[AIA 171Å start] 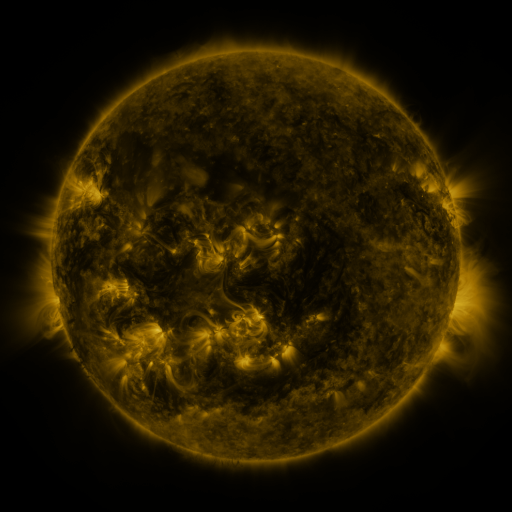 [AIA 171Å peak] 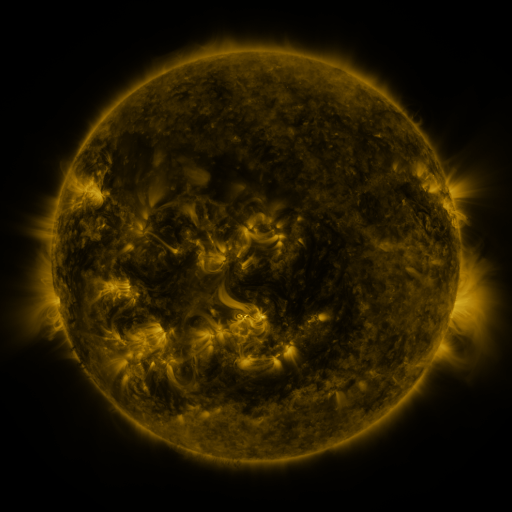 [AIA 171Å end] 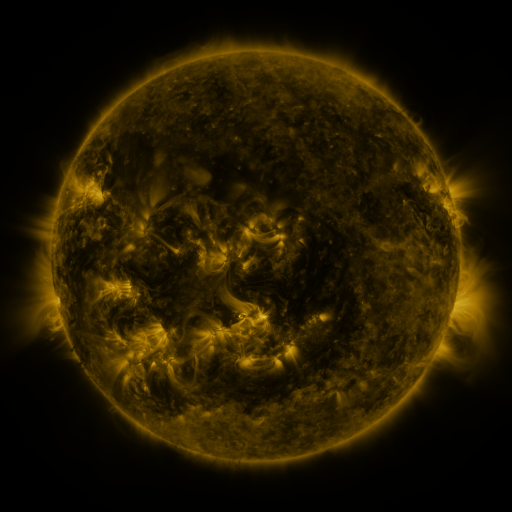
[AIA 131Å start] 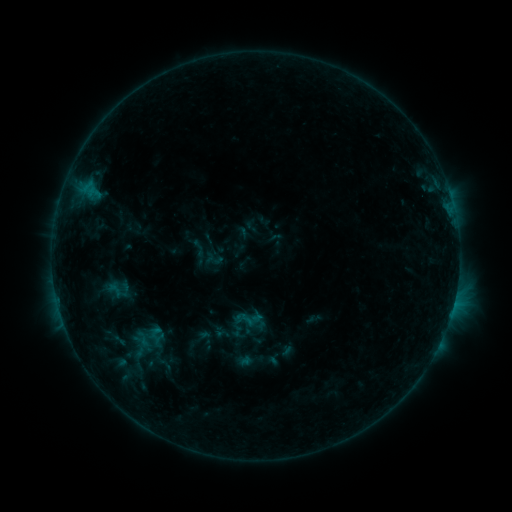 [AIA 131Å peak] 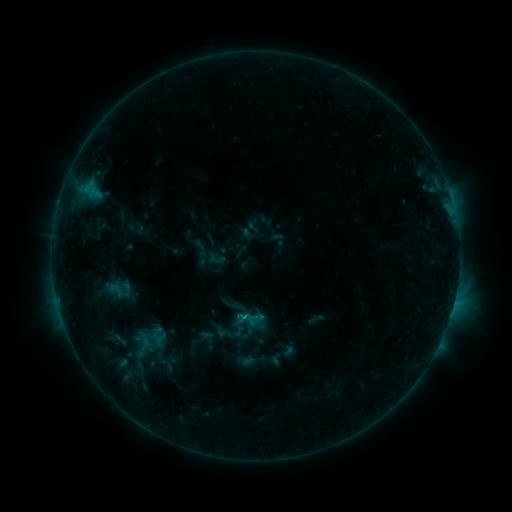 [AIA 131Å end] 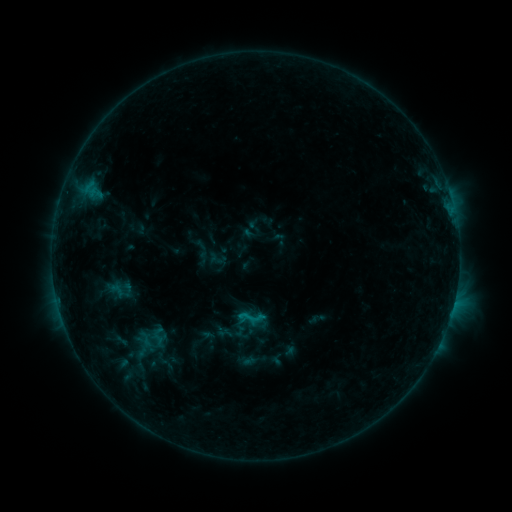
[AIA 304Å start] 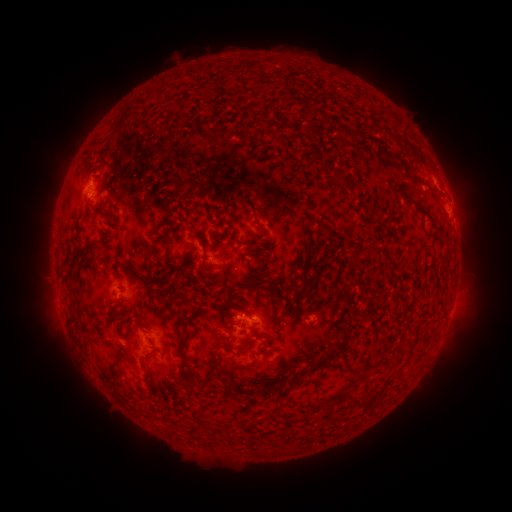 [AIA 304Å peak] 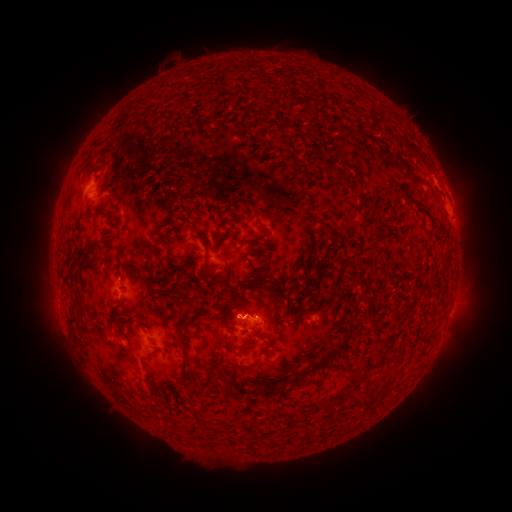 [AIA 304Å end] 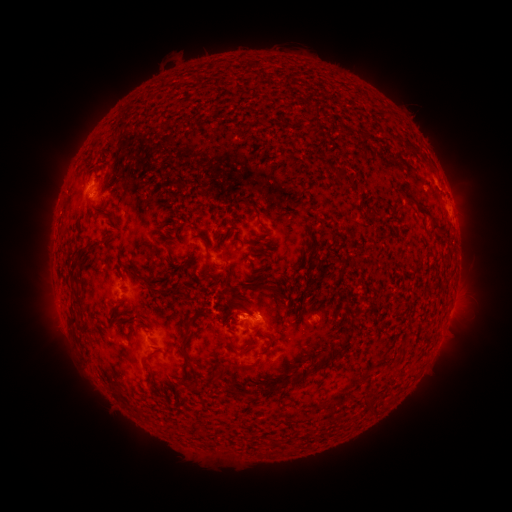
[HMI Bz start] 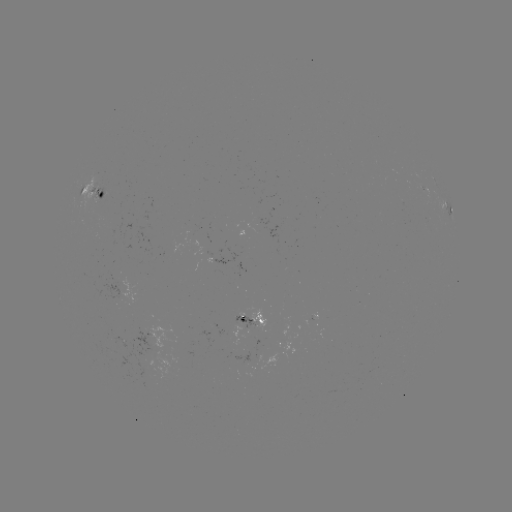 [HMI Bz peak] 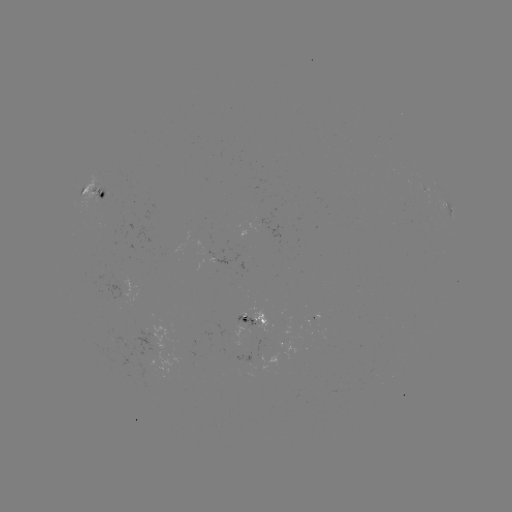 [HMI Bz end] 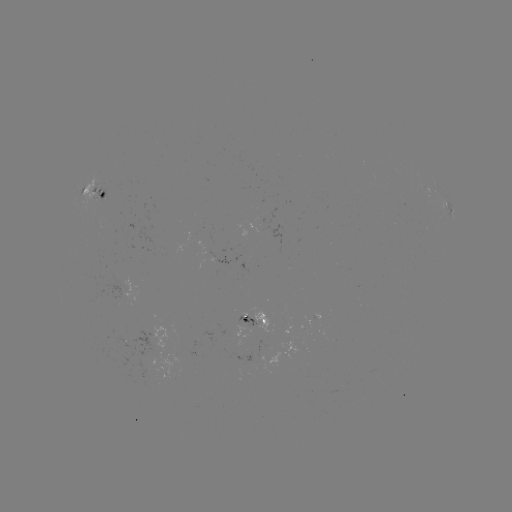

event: emerging-flux region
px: (260, 358)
